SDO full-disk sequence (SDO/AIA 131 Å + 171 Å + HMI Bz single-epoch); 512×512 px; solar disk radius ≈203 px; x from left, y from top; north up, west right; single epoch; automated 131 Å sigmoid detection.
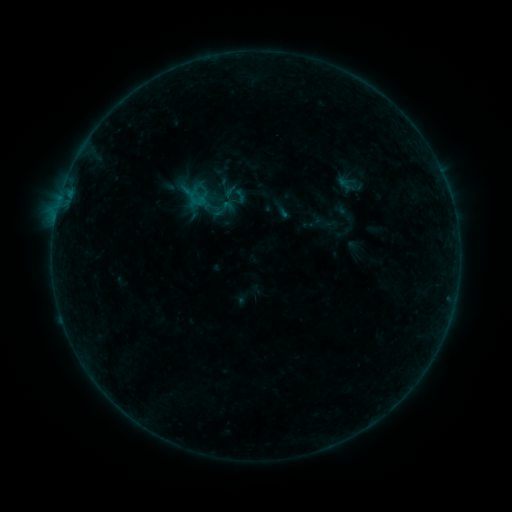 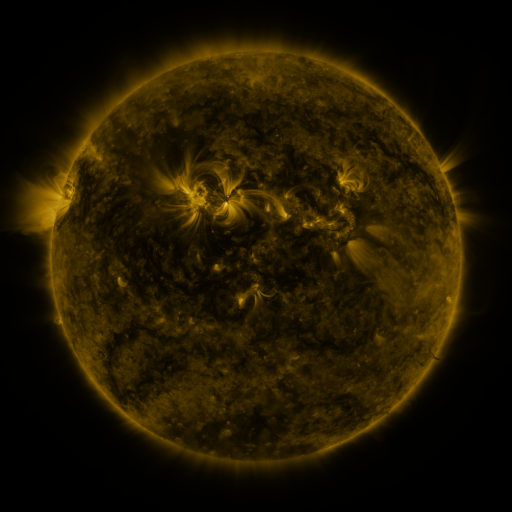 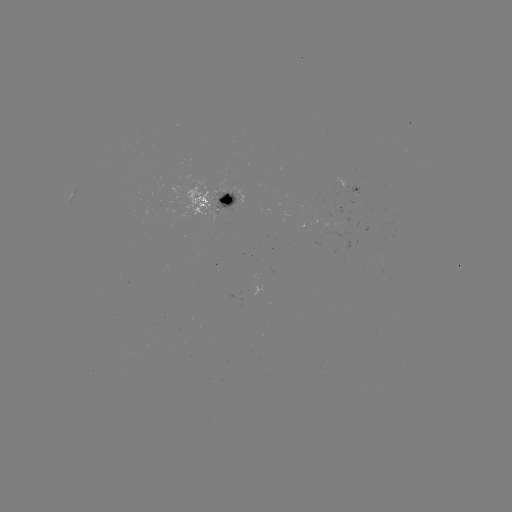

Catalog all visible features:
sigmoid: [213, 197, 235, 219]
